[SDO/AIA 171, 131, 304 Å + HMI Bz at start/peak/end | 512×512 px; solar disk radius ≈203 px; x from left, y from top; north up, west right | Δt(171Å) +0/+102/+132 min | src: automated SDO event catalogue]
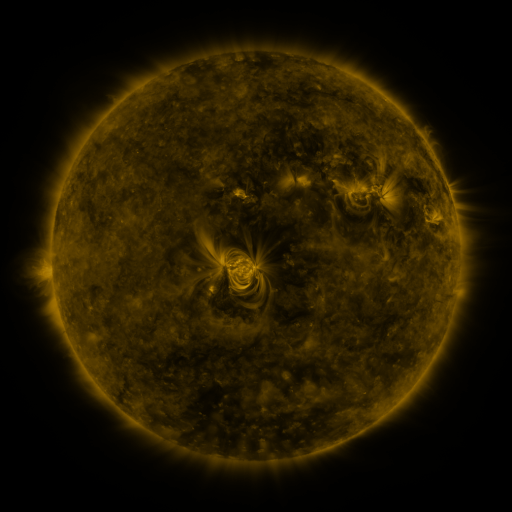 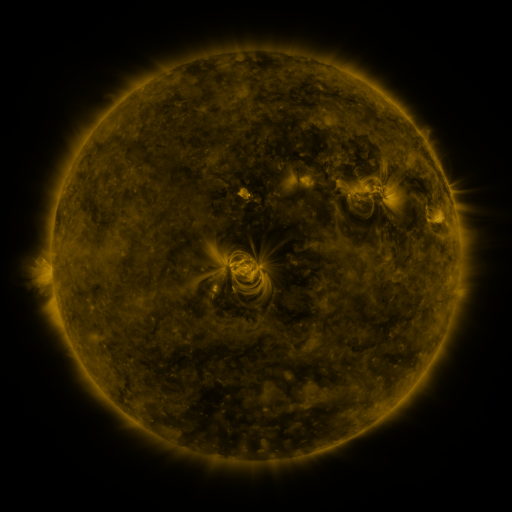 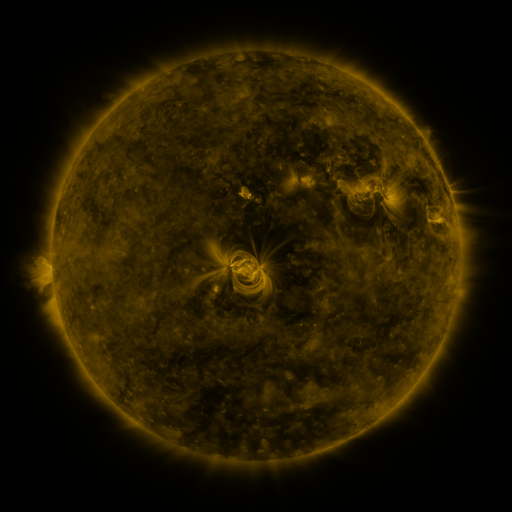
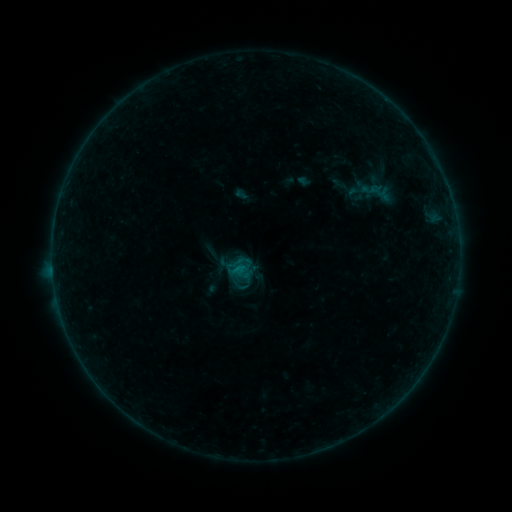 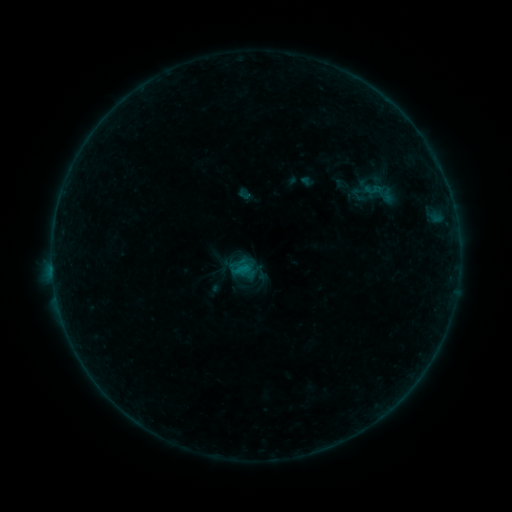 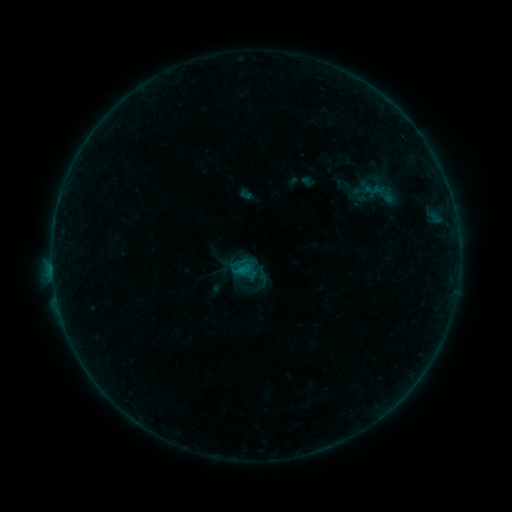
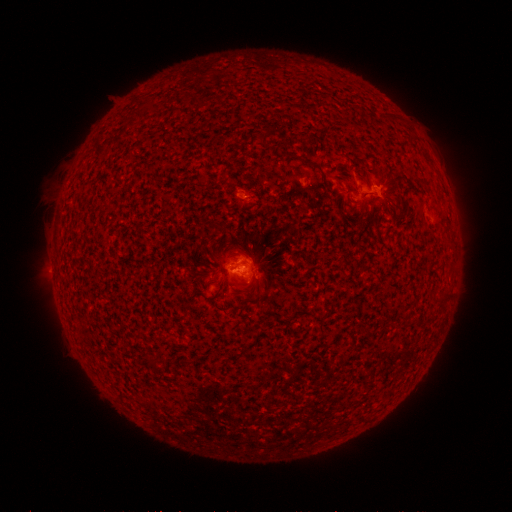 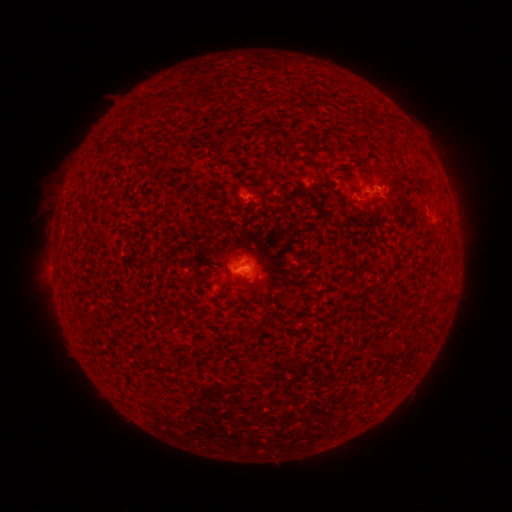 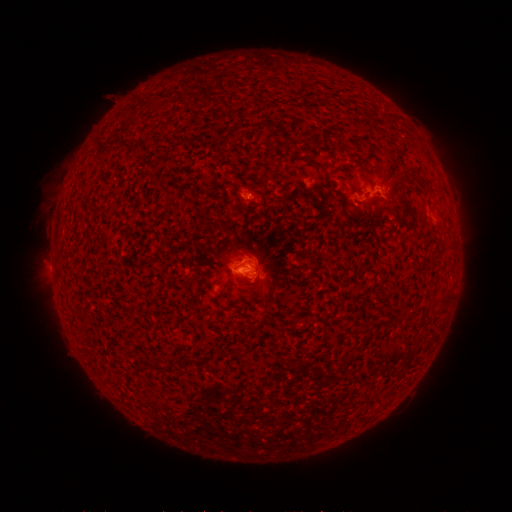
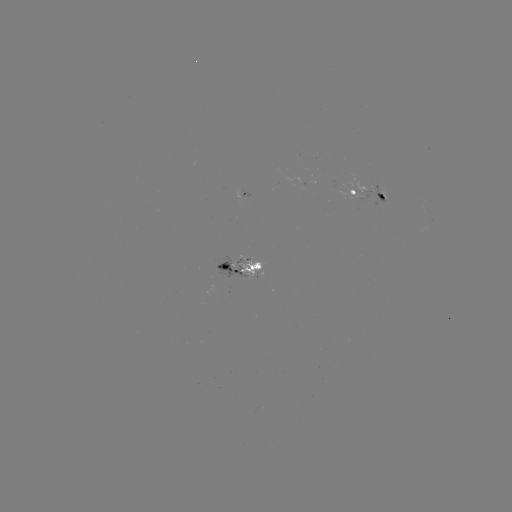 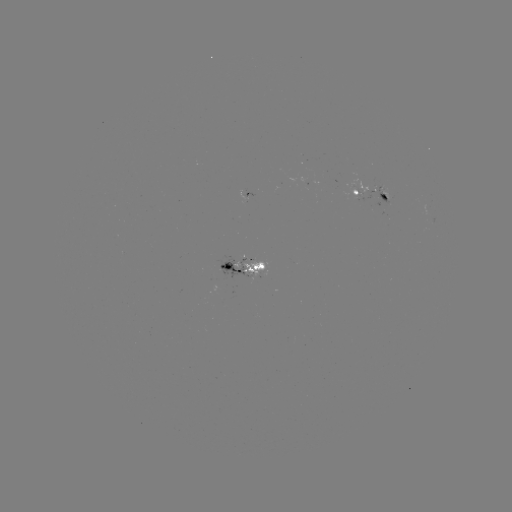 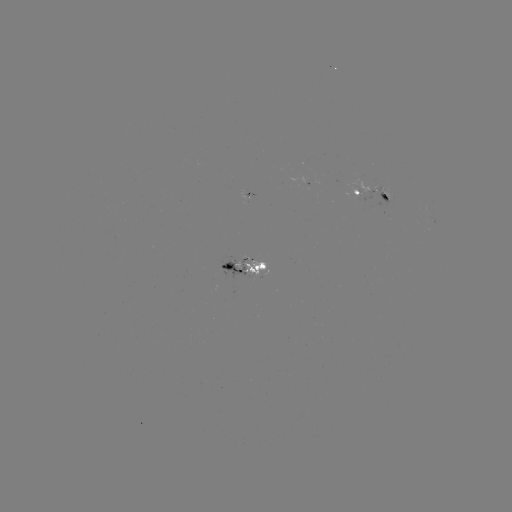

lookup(emerging-flux region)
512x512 378,193